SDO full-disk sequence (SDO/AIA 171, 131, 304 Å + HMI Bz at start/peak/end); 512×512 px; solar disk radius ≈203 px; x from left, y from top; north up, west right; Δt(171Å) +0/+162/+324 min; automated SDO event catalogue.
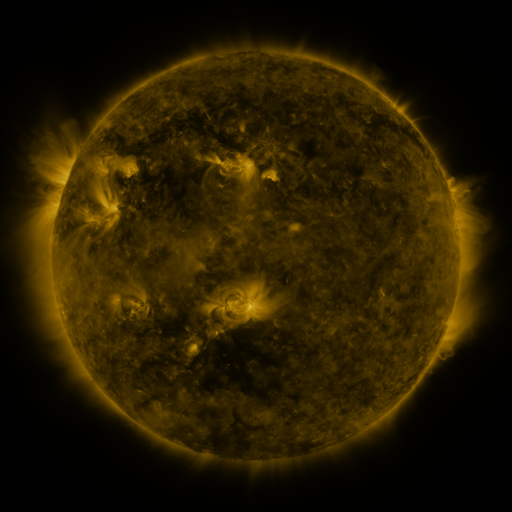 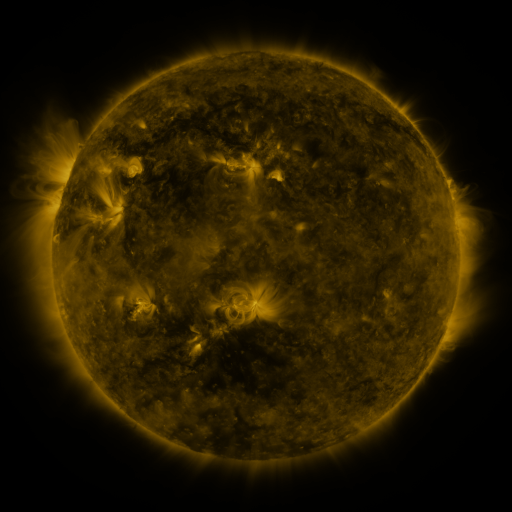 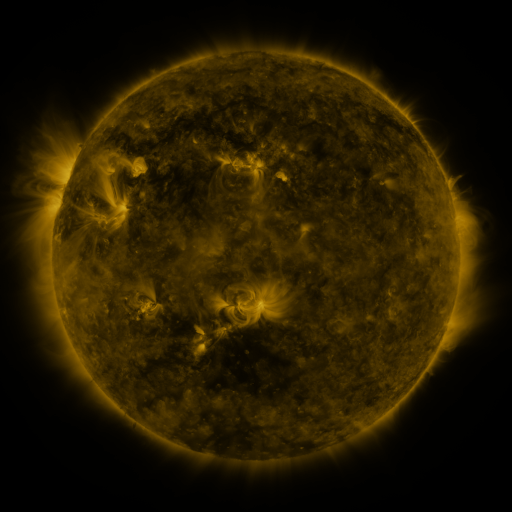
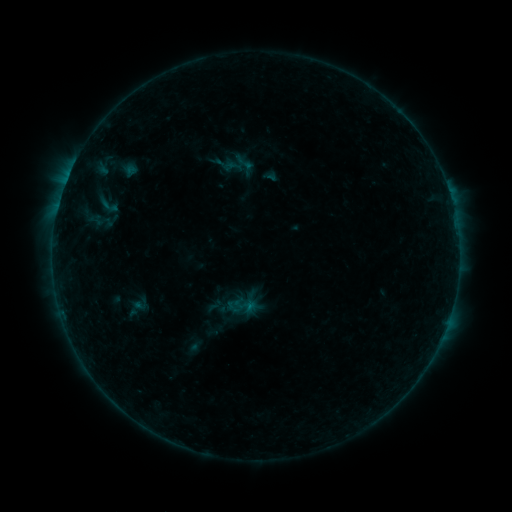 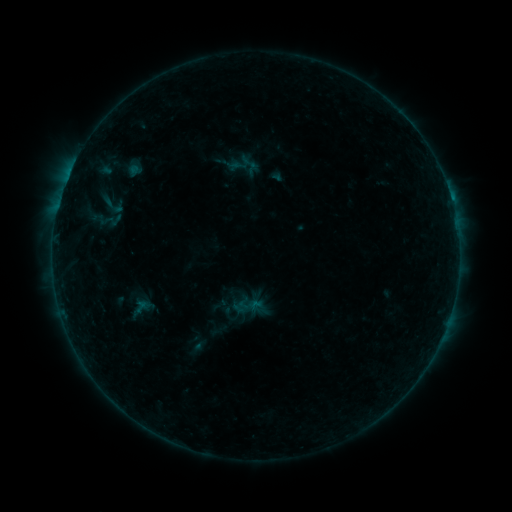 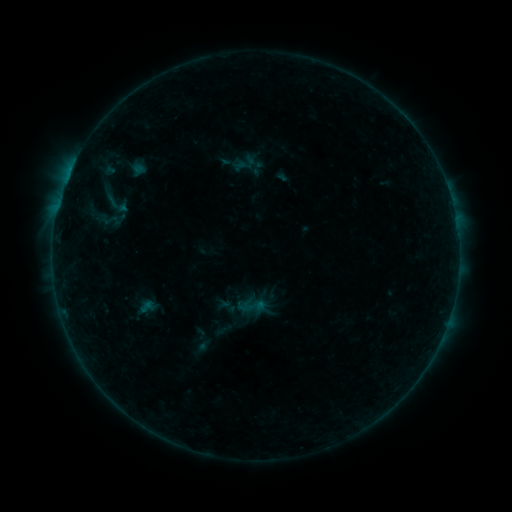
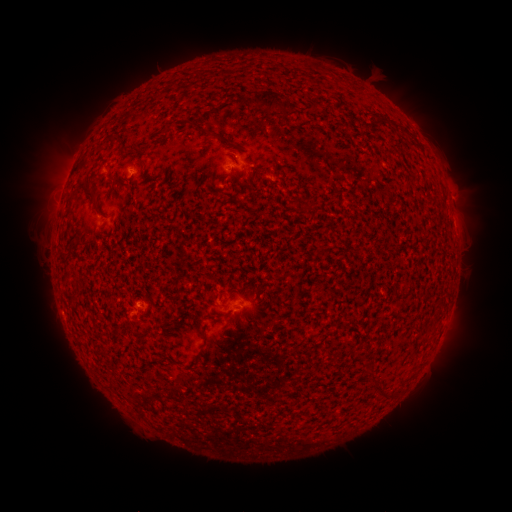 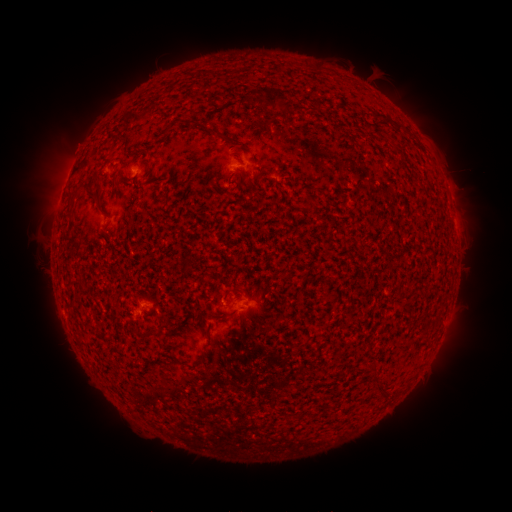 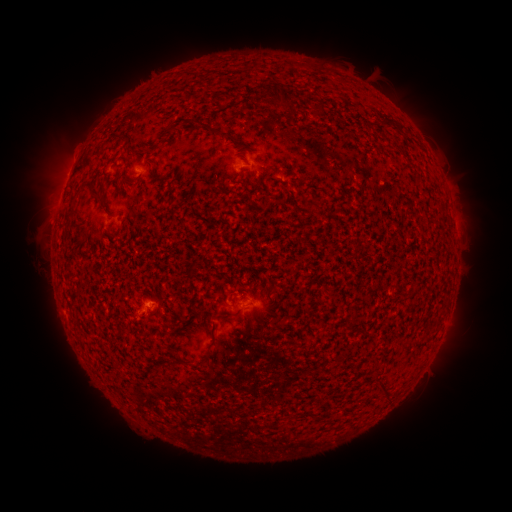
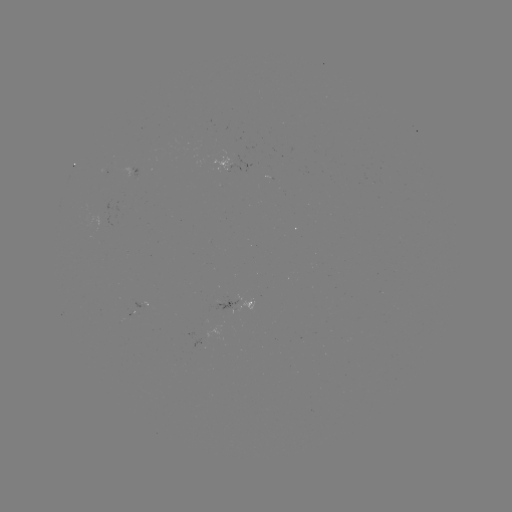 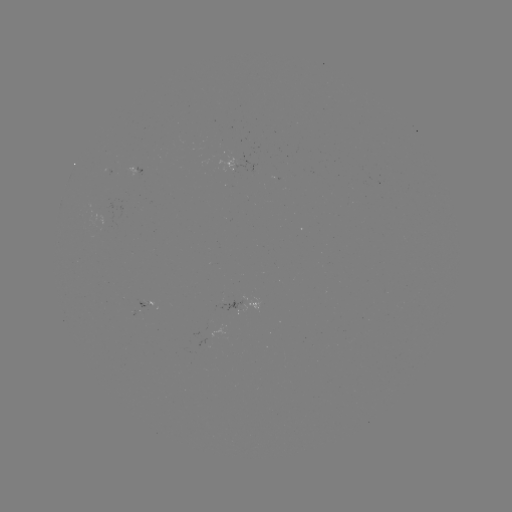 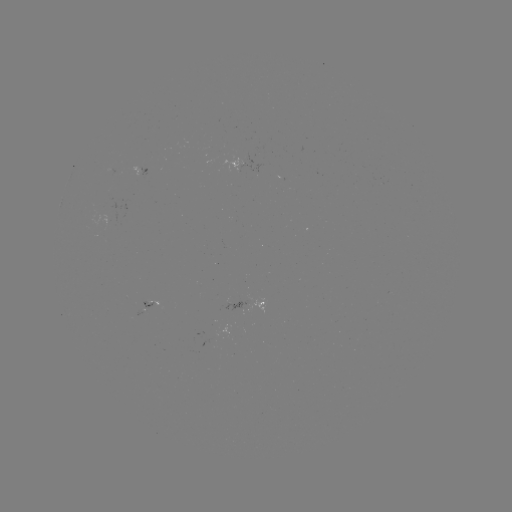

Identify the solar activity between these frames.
filament eruption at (467, 185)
